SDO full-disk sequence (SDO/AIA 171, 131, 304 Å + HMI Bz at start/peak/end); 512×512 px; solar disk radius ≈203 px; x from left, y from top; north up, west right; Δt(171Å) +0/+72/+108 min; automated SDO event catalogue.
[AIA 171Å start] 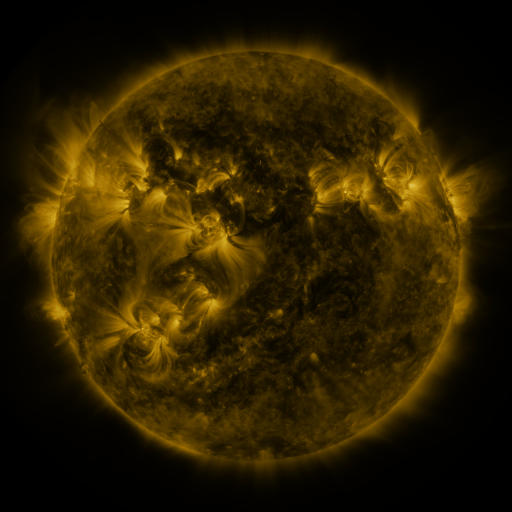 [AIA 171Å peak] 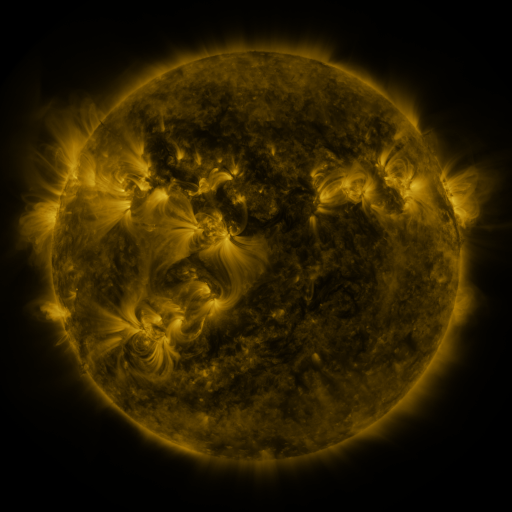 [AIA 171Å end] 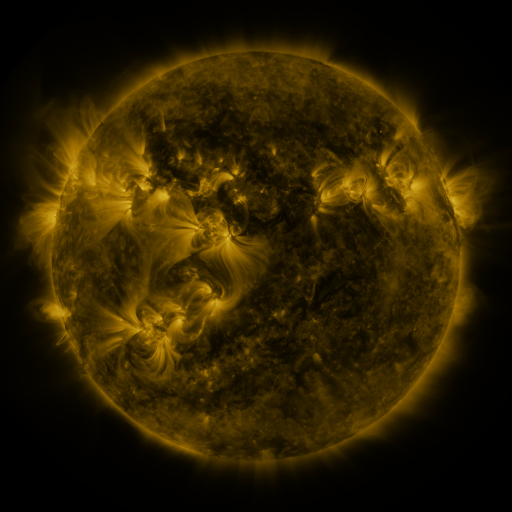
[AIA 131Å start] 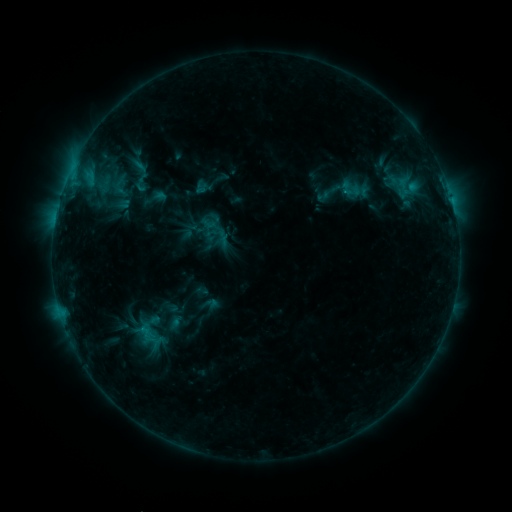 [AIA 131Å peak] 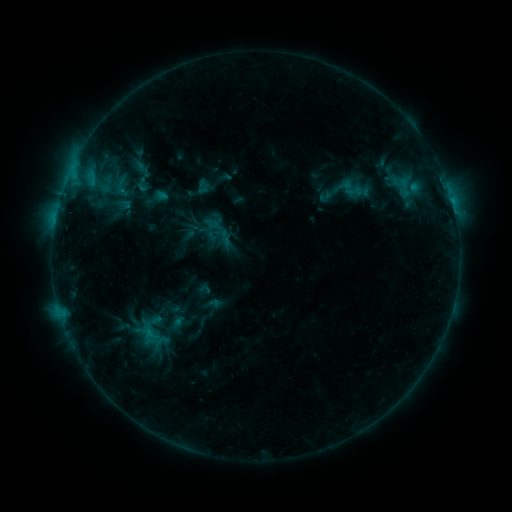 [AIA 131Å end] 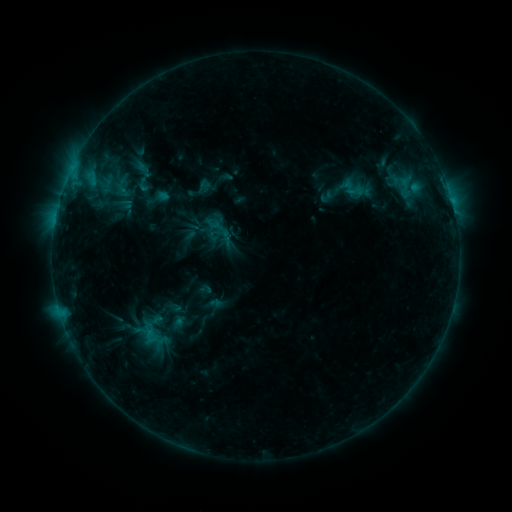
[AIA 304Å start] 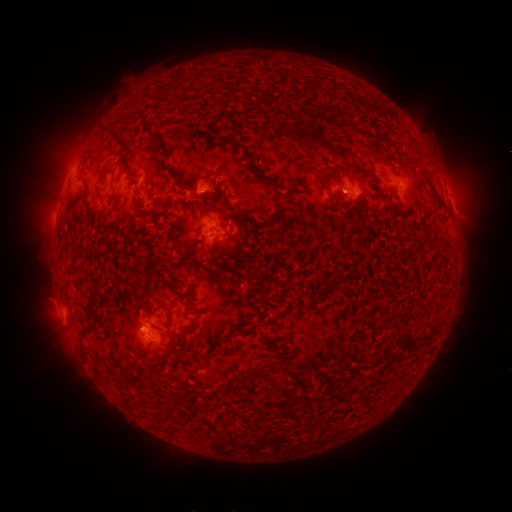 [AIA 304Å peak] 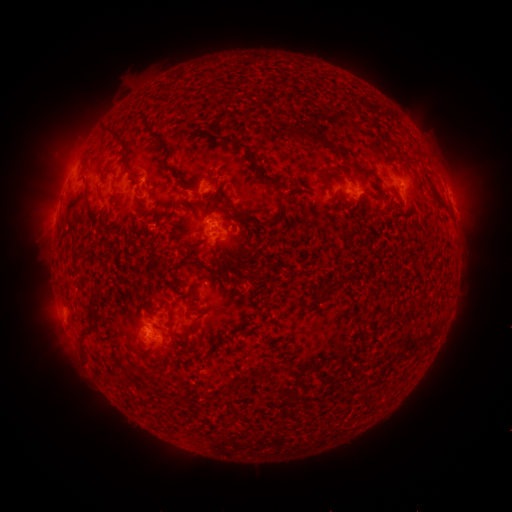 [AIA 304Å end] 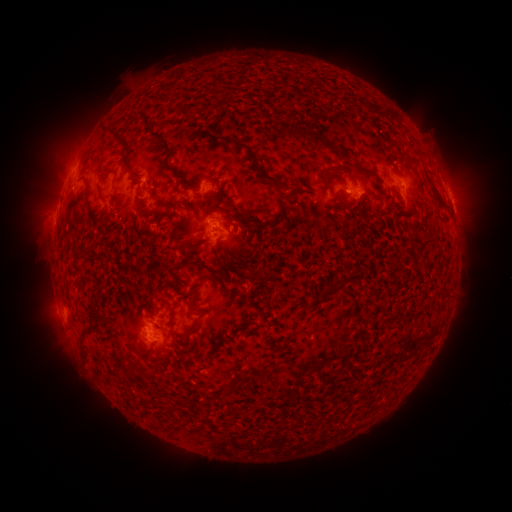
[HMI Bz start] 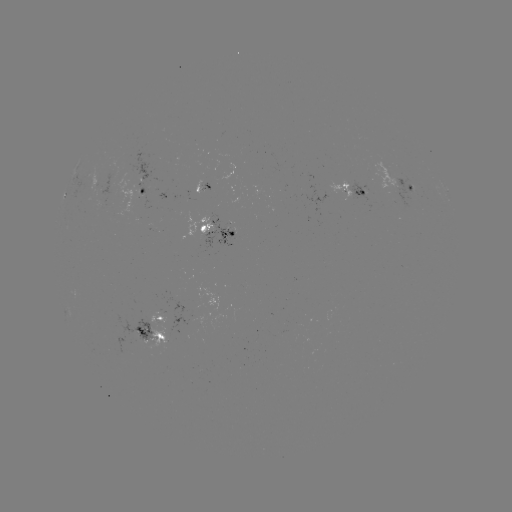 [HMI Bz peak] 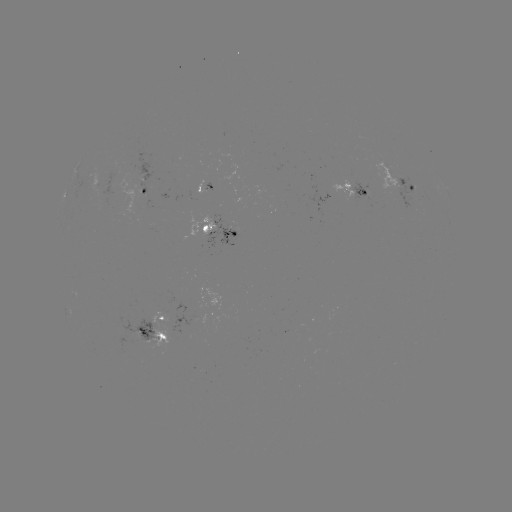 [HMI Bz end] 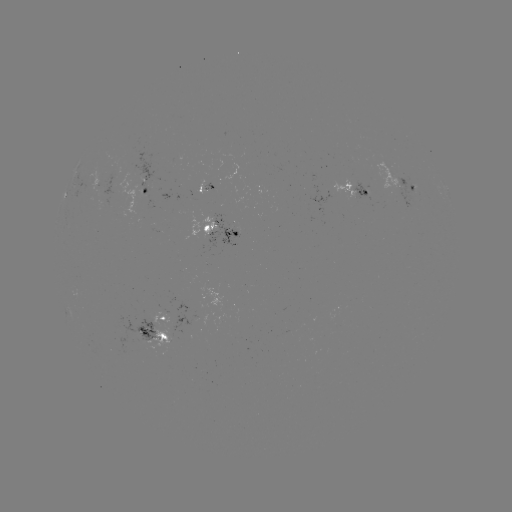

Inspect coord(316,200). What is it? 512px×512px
emerging-flux region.